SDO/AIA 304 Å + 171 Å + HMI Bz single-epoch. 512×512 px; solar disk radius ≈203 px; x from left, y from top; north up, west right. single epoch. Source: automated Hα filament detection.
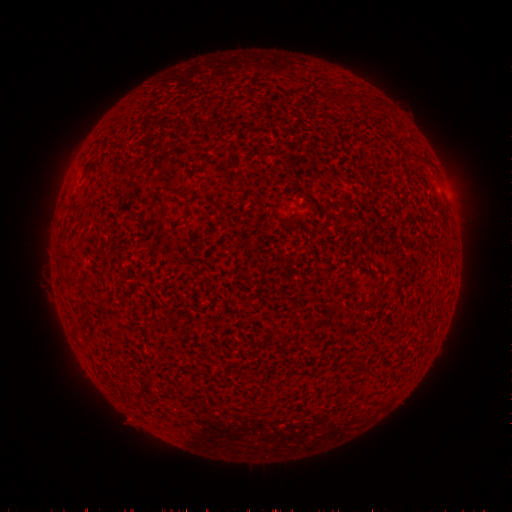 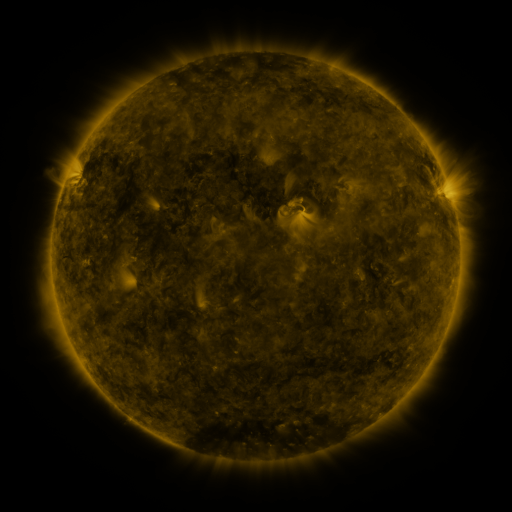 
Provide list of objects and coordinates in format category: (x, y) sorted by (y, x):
filament: (345, 98)
filament: (66, 257)
filament: (87, 282)
filament: (380, 282)
filament: (359, 363)
